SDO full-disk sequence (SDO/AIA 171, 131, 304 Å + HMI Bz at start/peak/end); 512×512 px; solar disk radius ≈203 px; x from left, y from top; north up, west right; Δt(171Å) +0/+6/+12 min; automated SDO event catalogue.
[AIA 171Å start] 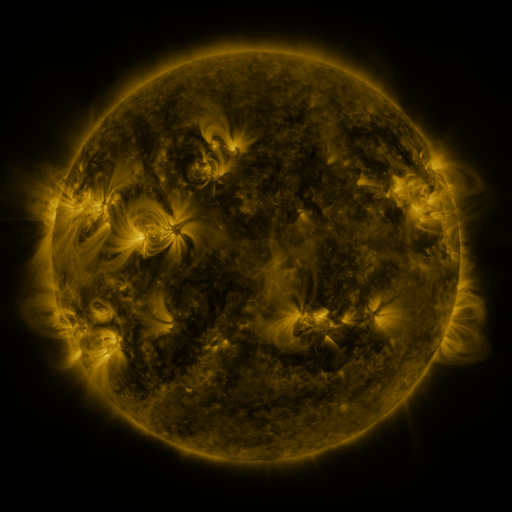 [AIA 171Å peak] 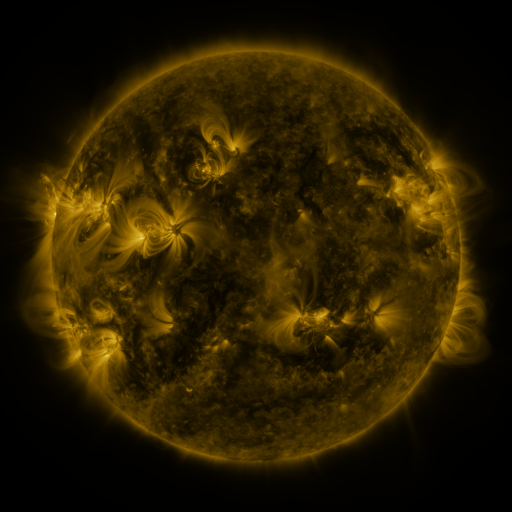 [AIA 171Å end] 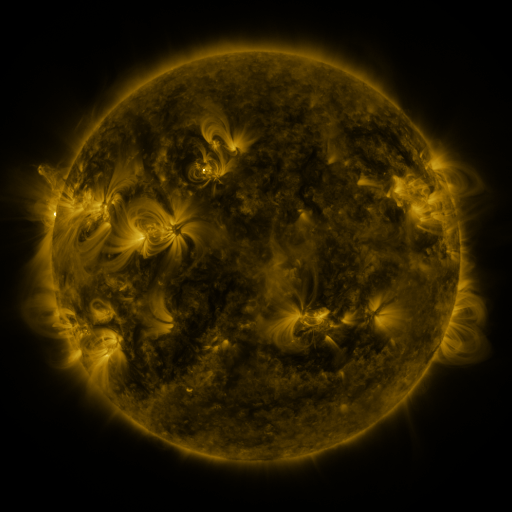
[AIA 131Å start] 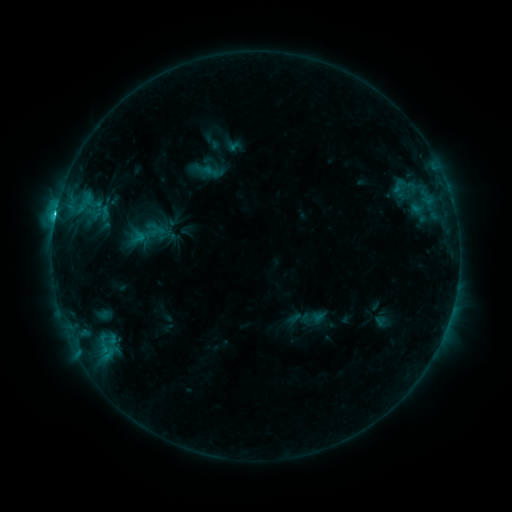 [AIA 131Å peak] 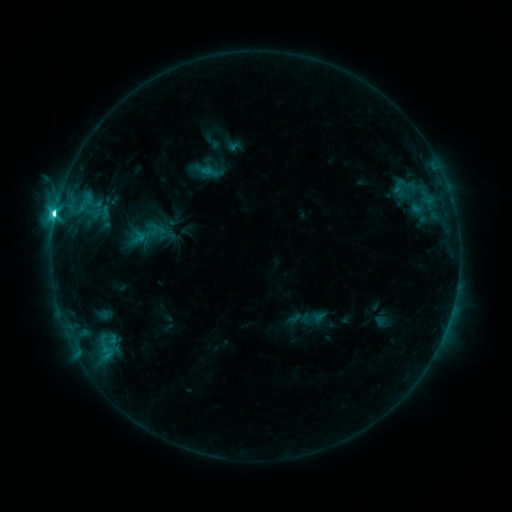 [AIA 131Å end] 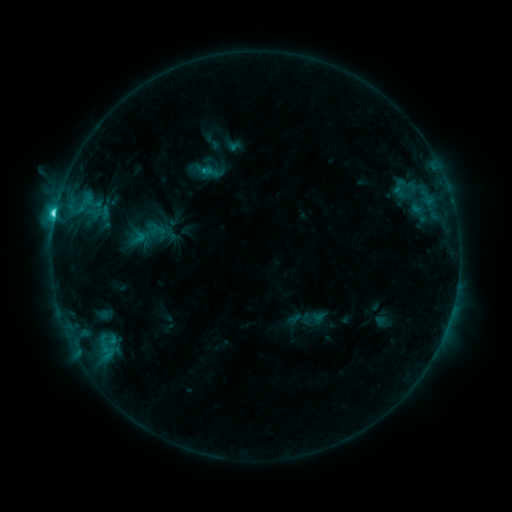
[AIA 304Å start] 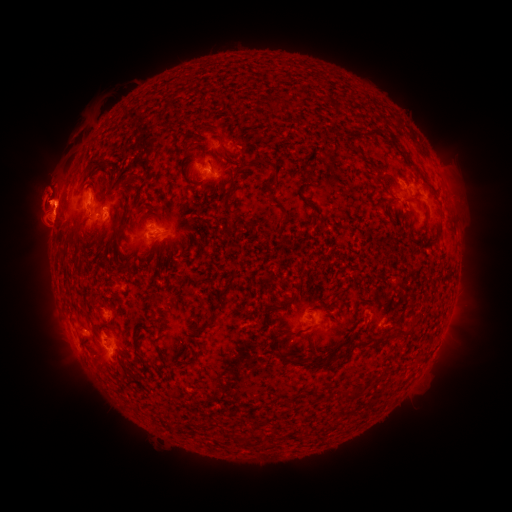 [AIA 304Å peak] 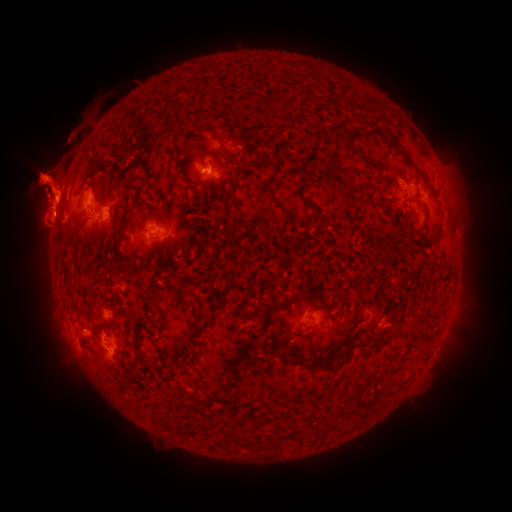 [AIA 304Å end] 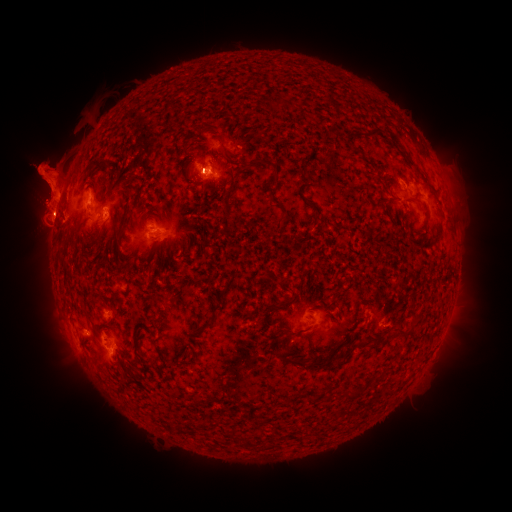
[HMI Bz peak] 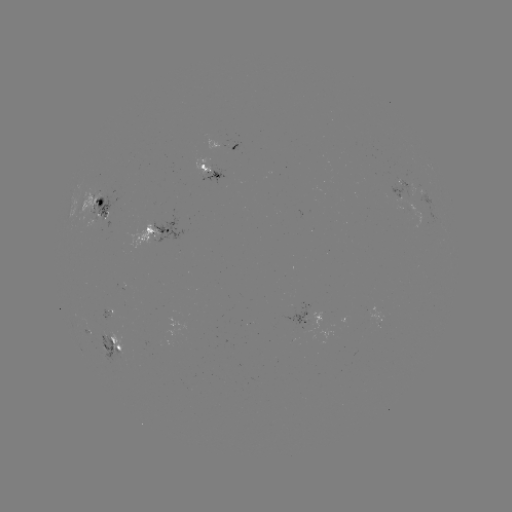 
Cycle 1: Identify eruption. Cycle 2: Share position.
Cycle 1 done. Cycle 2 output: [494, 185].